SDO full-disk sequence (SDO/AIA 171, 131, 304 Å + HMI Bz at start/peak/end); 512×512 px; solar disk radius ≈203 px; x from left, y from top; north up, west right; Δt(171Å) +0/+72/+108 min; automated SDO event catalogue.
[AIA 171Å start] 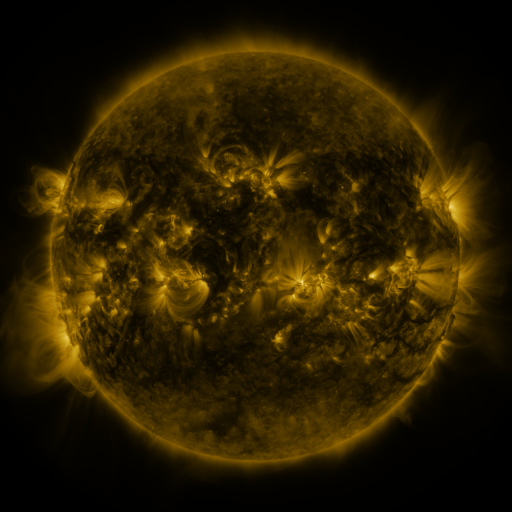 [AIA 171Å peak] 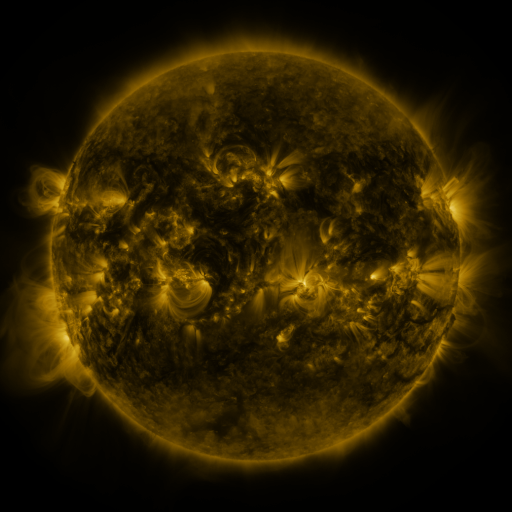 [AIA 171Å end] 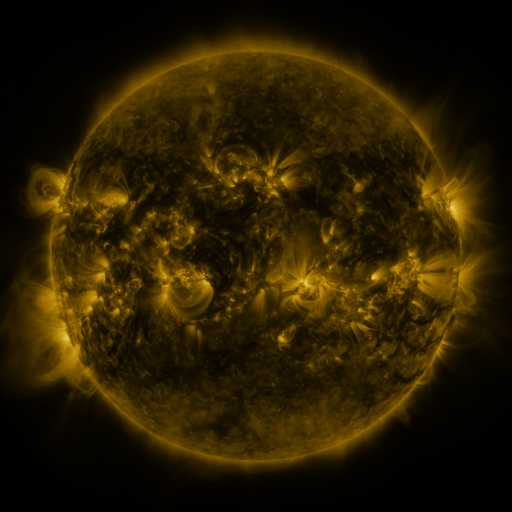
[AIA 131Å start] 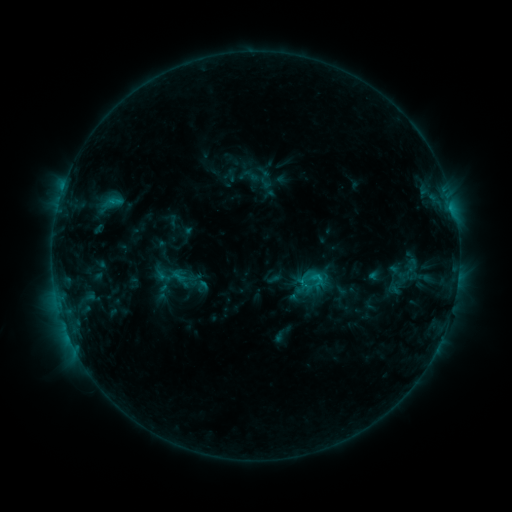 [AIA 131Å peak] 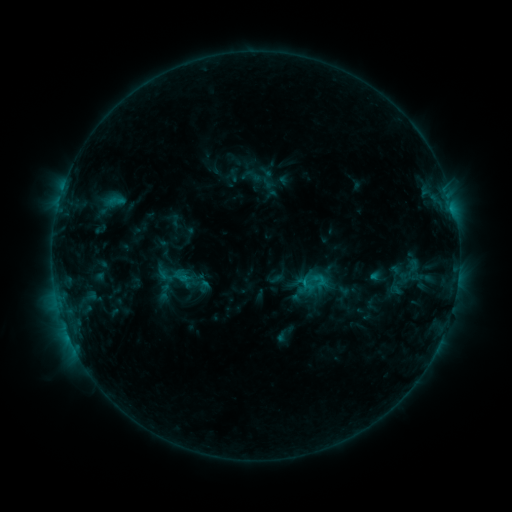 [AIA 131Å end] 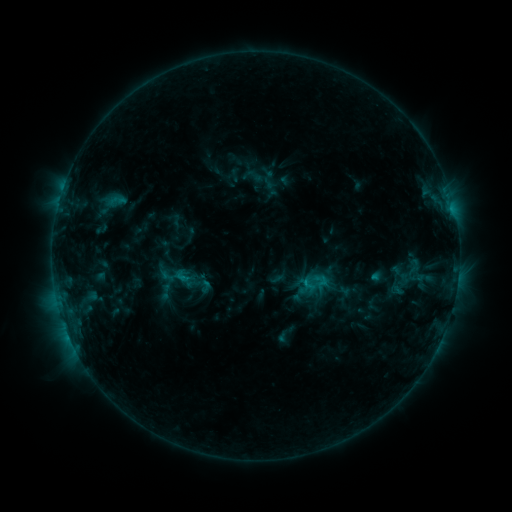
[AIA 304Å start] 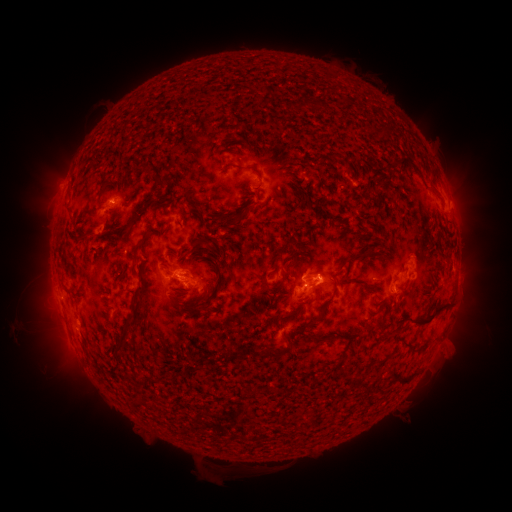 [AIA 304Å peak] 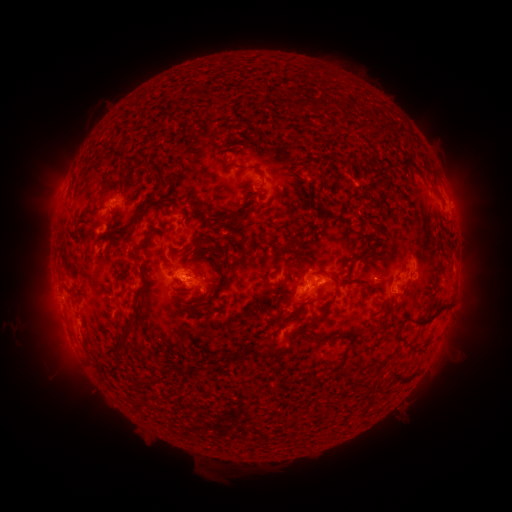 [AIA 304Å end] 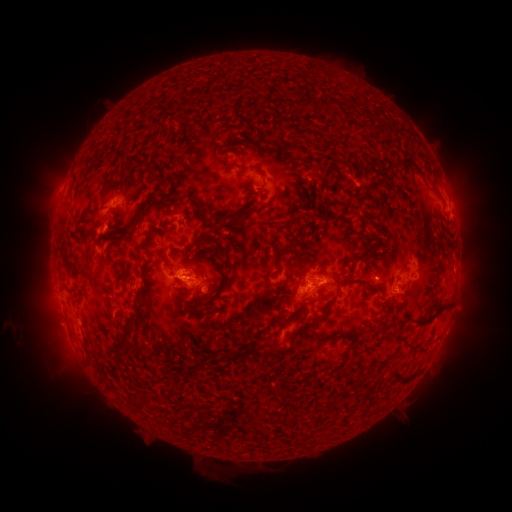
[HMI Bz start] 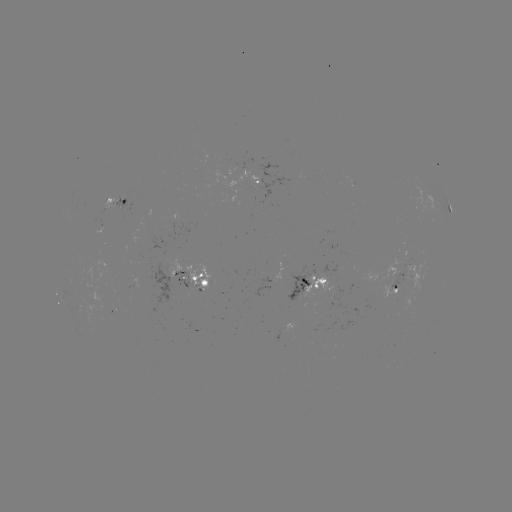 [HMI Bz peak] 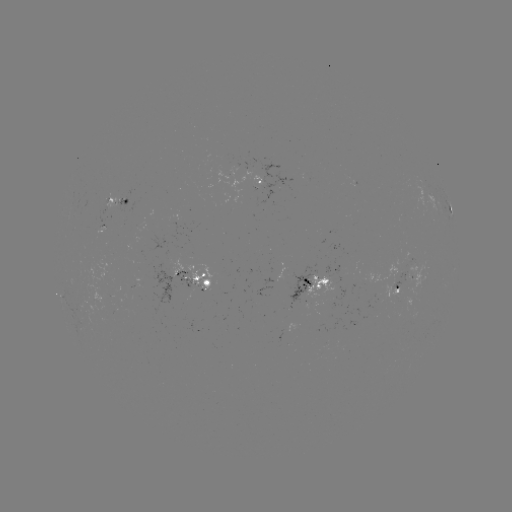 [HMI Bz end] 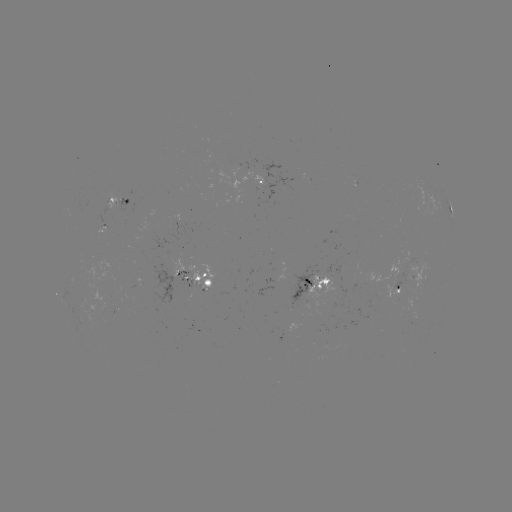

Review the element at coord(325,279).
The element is emerging-flux region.